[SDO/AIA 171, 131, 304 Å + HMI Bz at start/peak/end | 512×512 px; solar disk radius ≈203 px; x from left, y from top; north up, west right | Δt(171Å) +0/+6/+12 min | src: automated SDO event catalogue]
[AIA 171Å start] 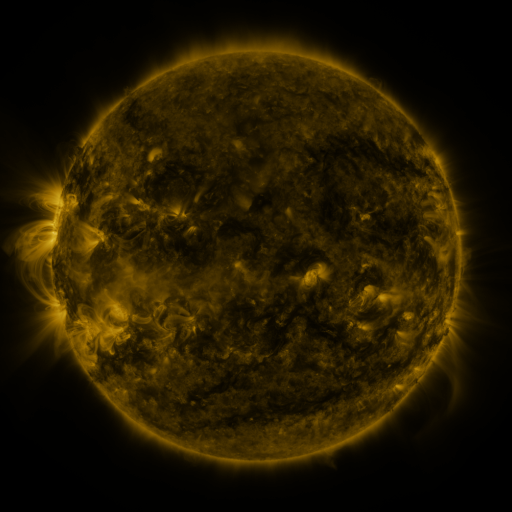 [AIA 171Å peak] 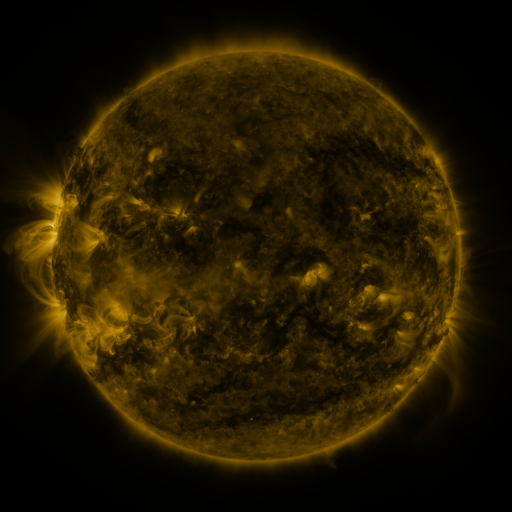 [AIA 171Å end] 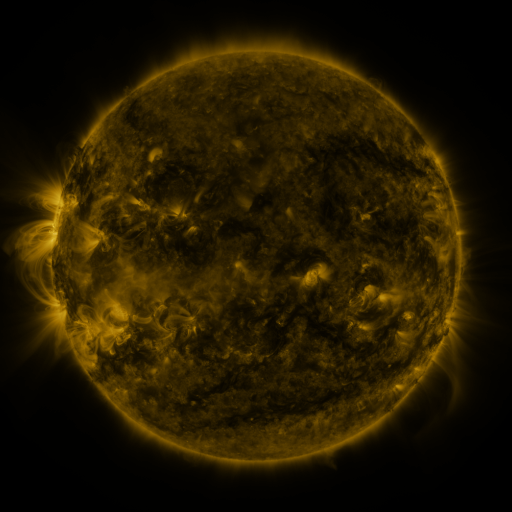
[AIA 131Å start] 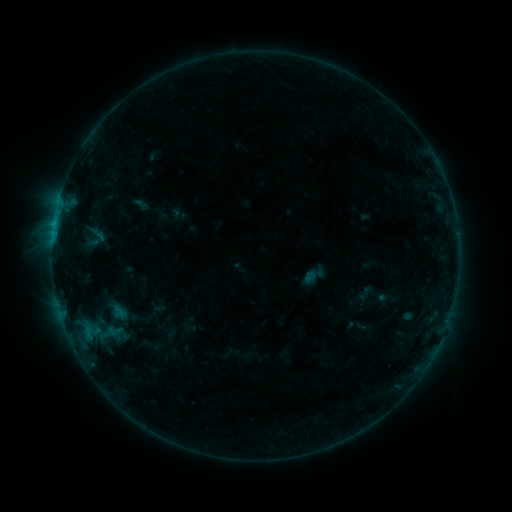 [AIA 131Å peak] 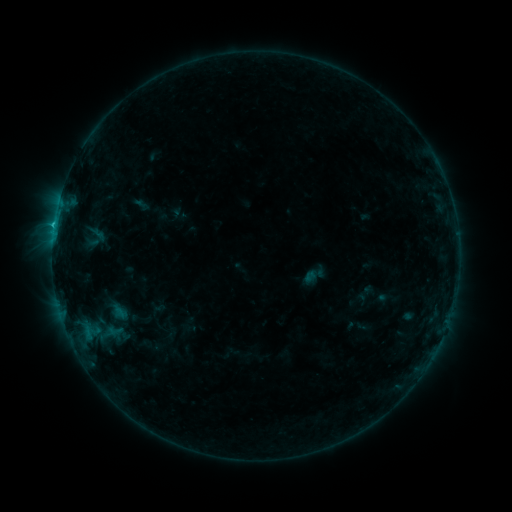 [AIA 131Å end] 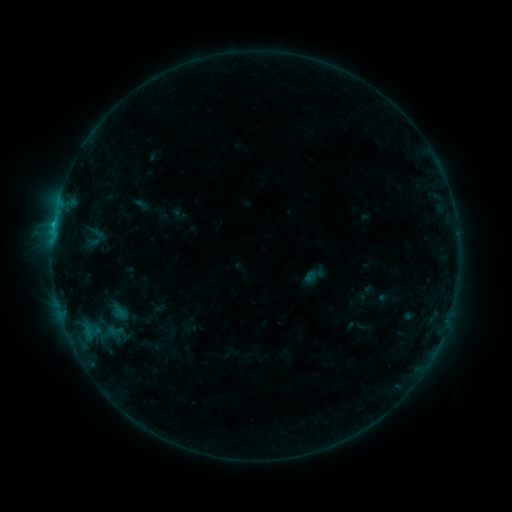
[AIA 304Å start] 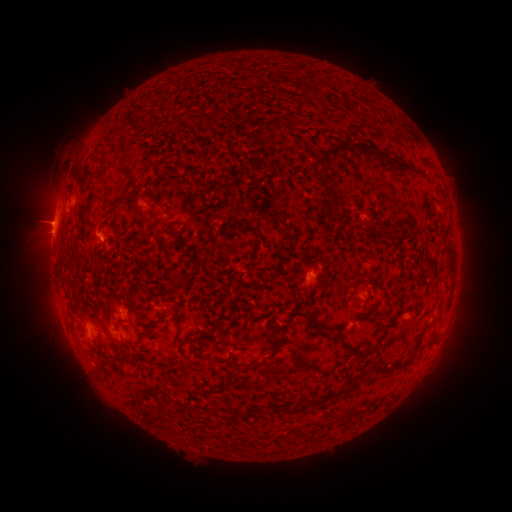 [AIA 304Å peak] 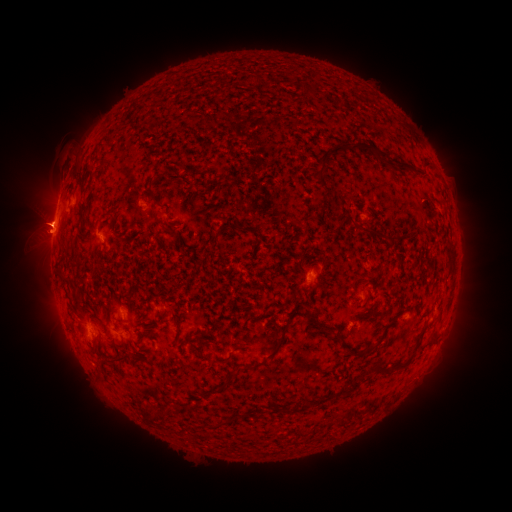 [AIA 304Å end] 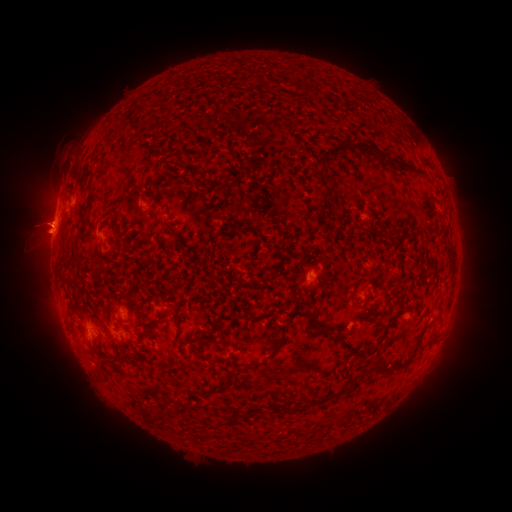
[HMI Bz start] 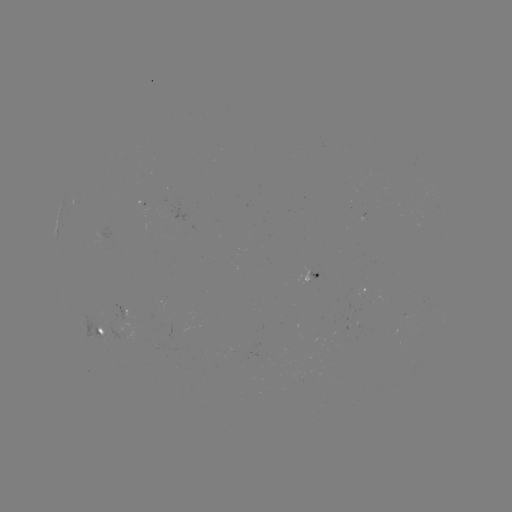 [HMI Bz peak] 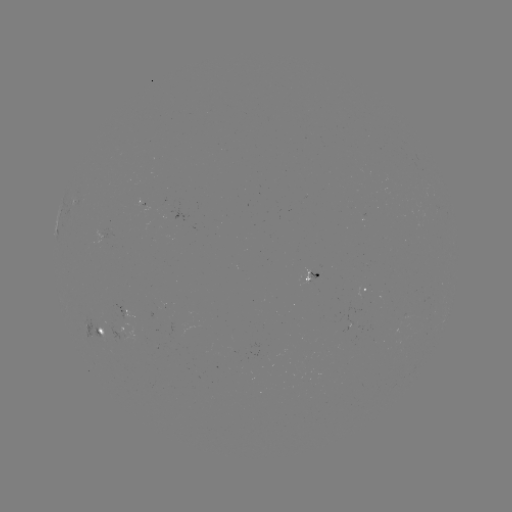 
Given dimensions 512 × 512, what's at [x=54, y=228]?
B7.2 flare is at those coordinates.